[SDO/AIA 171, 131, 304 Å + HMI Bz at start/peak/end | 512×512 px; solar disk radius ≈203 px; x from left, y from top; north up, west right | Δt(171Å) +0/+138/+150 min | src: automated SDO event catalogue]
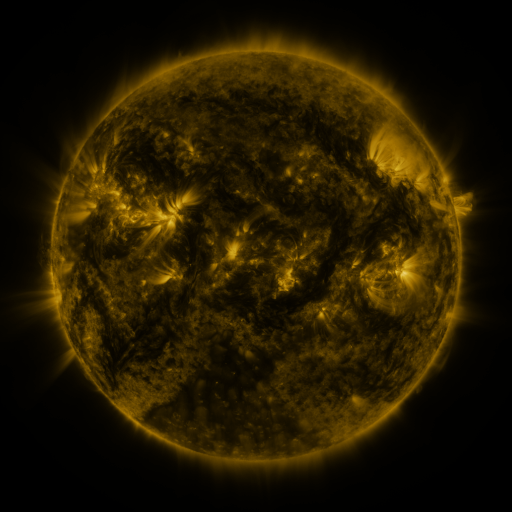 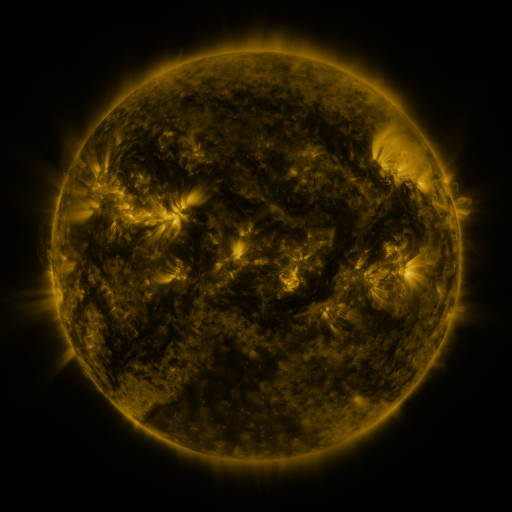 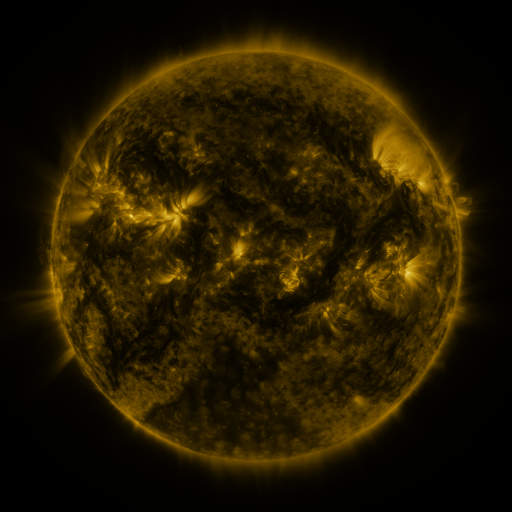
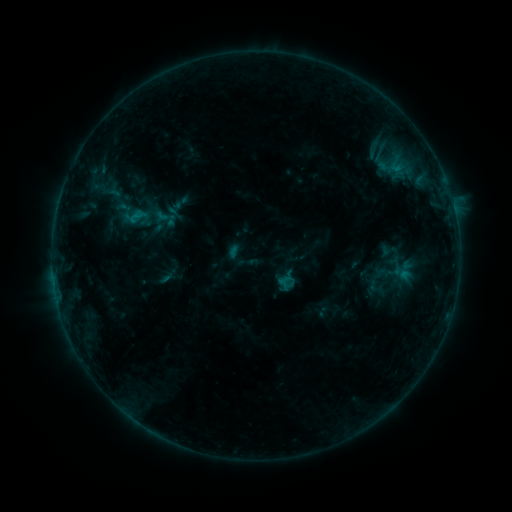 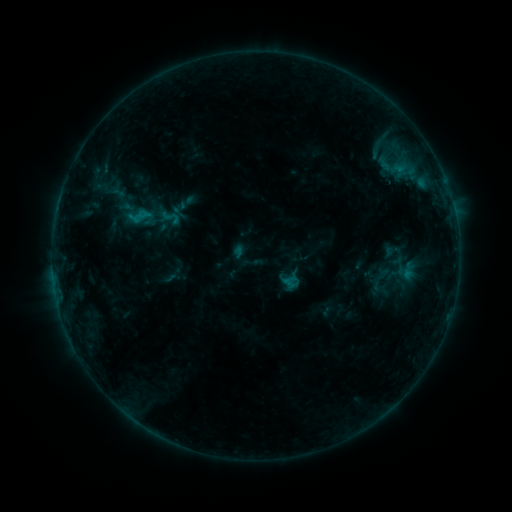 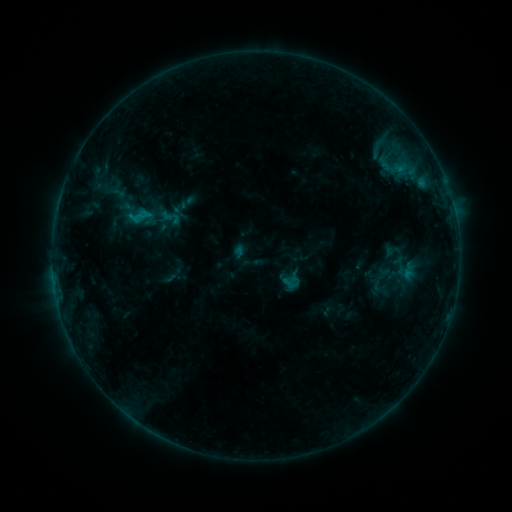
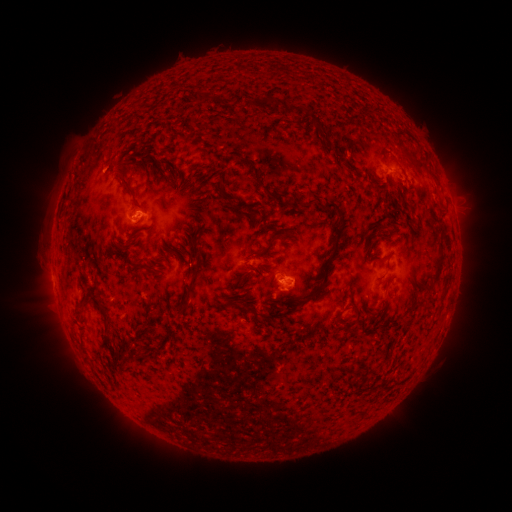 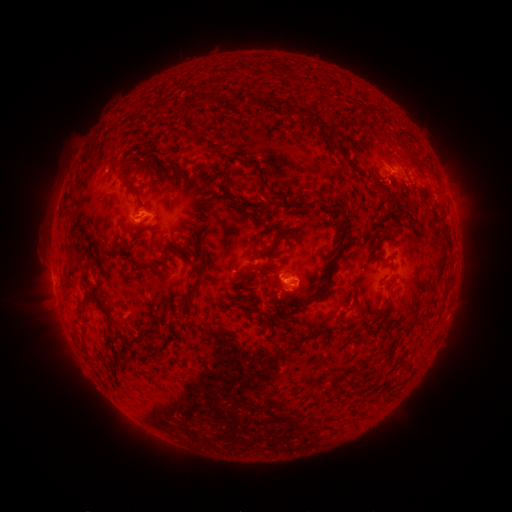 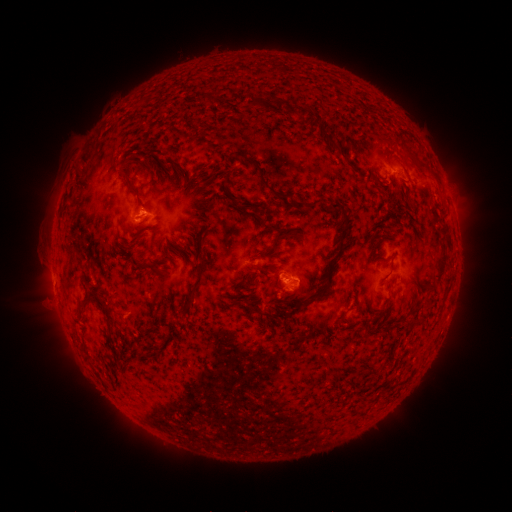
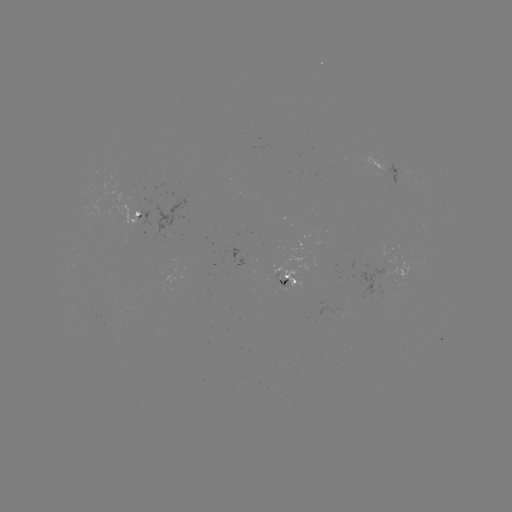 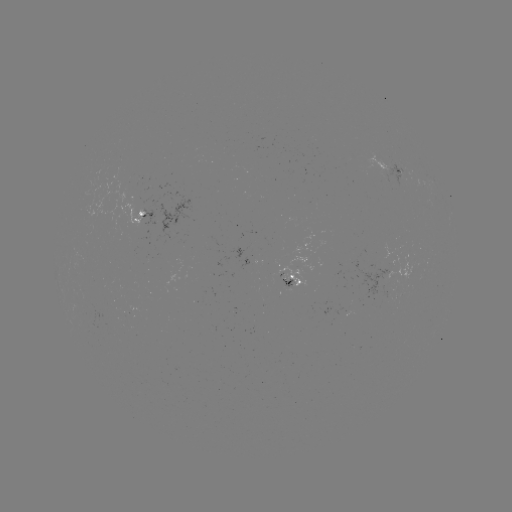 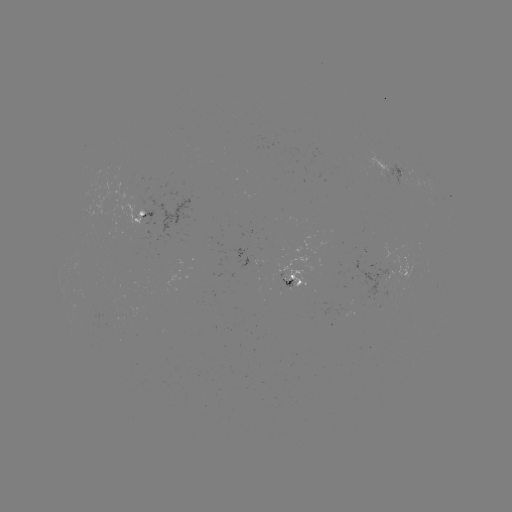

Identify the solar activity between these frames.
emerging-flux region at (277, 277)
